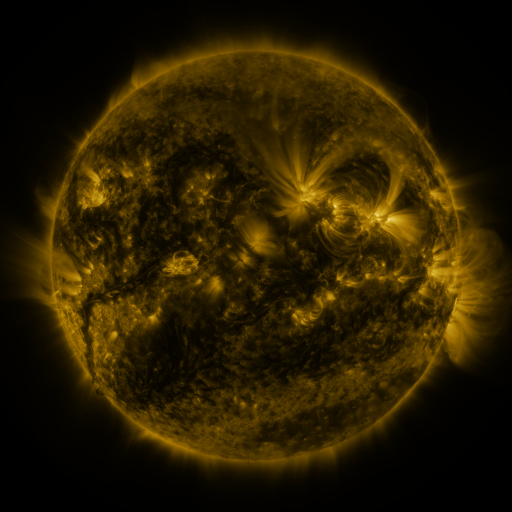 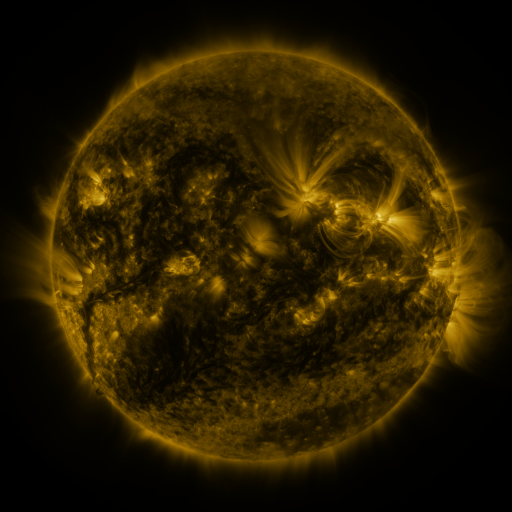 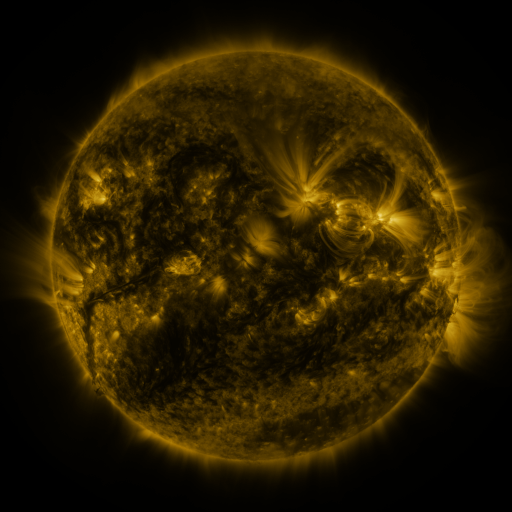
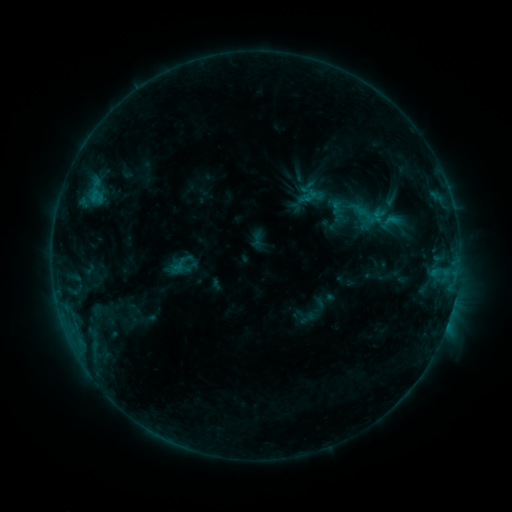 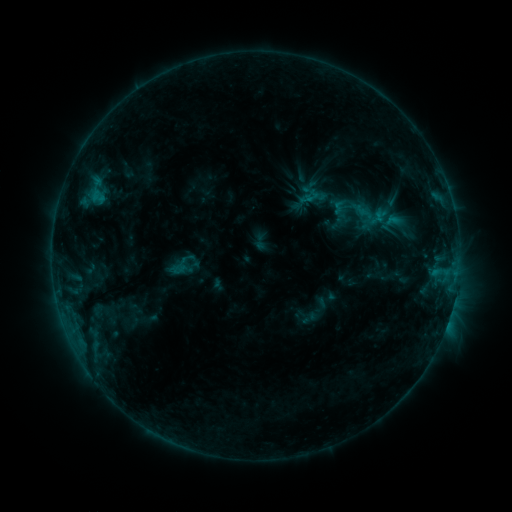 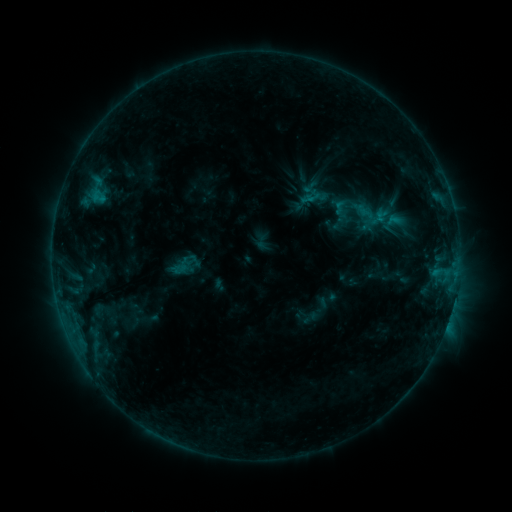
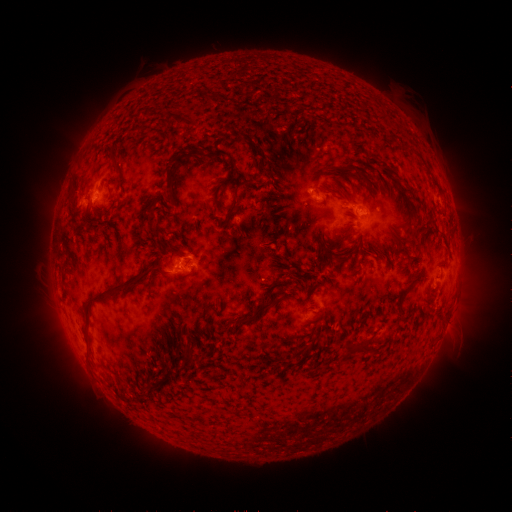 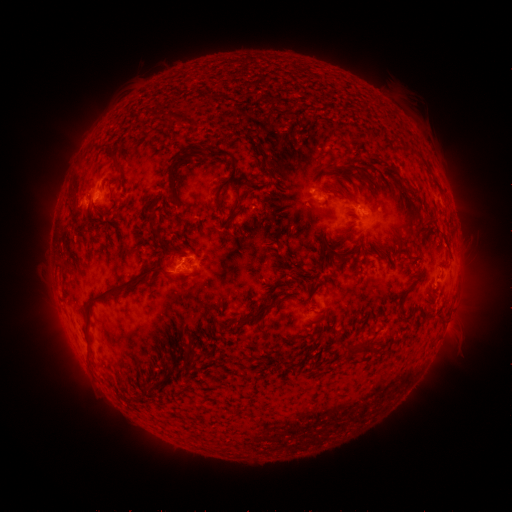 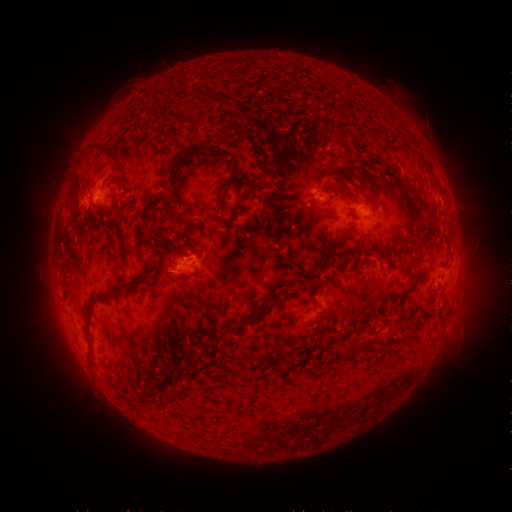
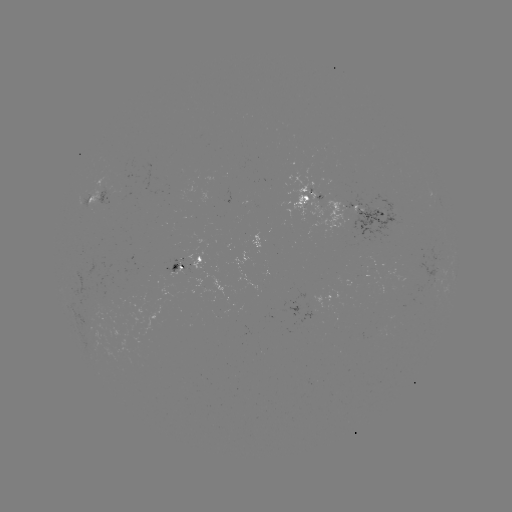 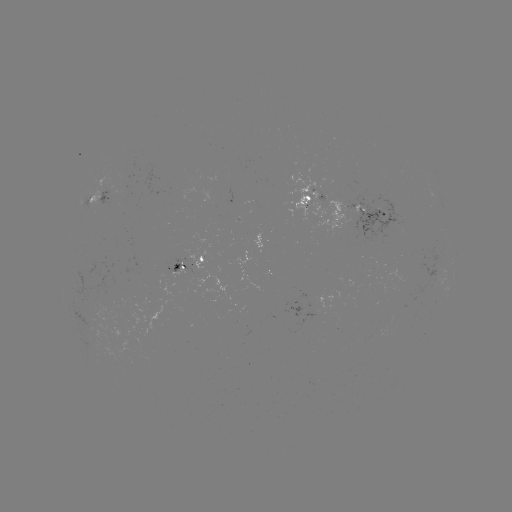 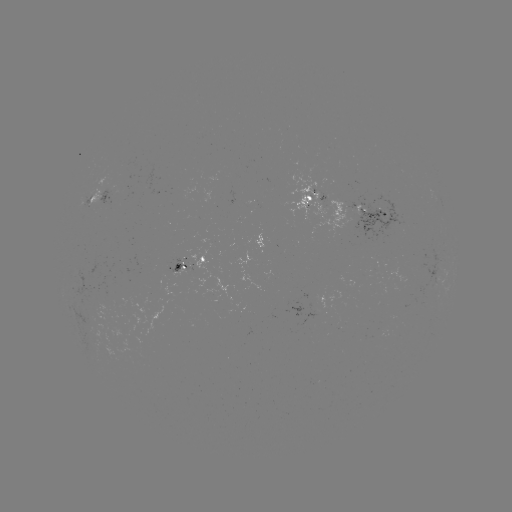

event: emerging-flux region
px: (110, 193)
